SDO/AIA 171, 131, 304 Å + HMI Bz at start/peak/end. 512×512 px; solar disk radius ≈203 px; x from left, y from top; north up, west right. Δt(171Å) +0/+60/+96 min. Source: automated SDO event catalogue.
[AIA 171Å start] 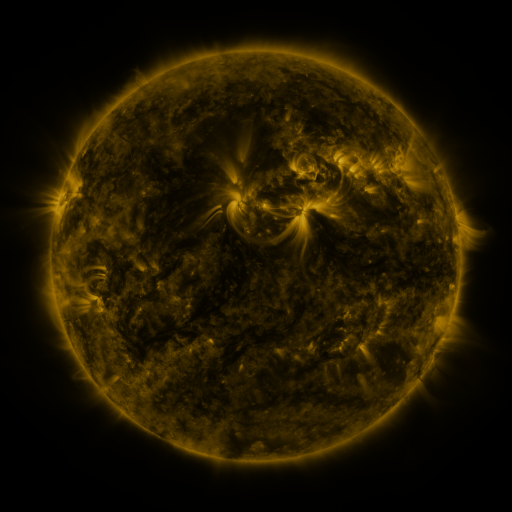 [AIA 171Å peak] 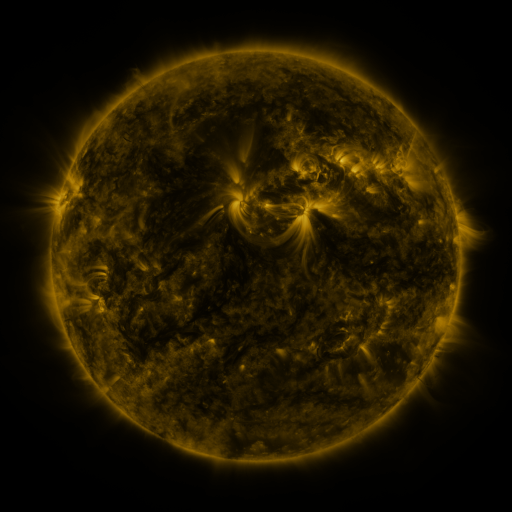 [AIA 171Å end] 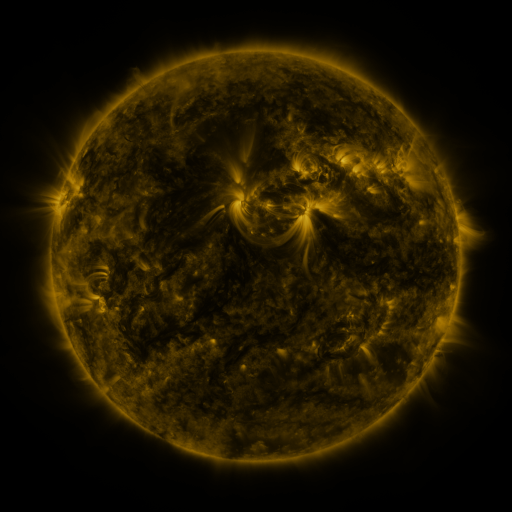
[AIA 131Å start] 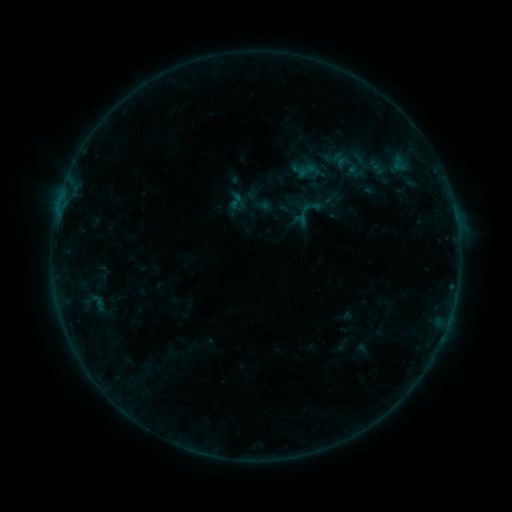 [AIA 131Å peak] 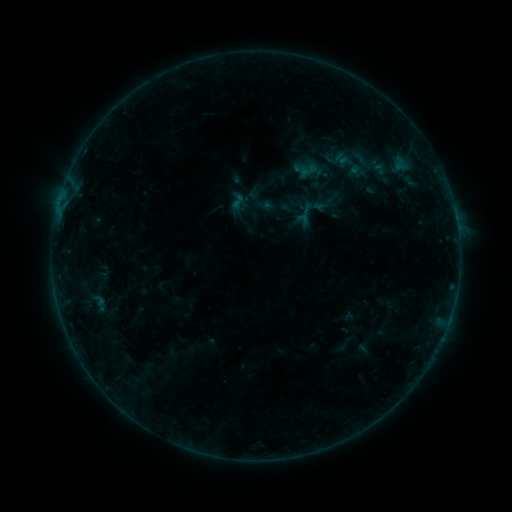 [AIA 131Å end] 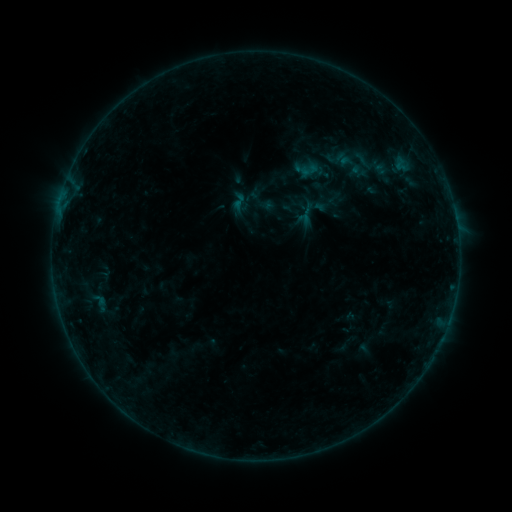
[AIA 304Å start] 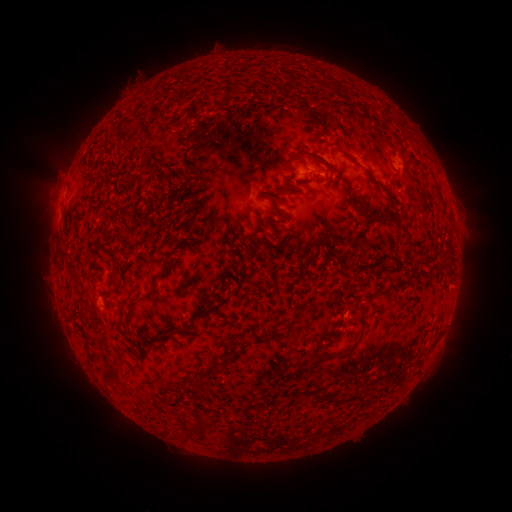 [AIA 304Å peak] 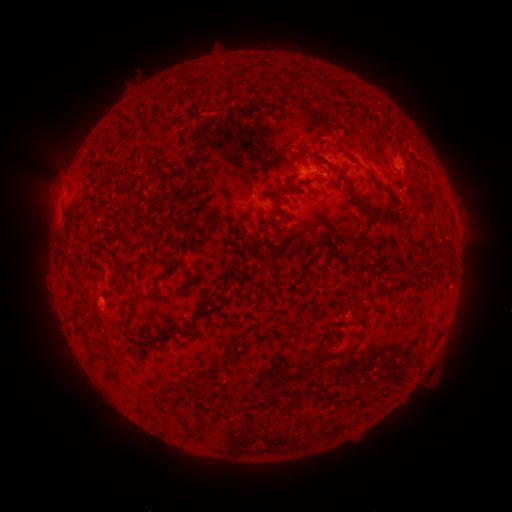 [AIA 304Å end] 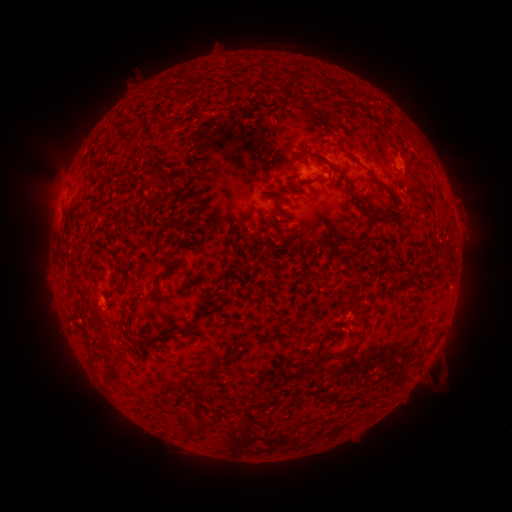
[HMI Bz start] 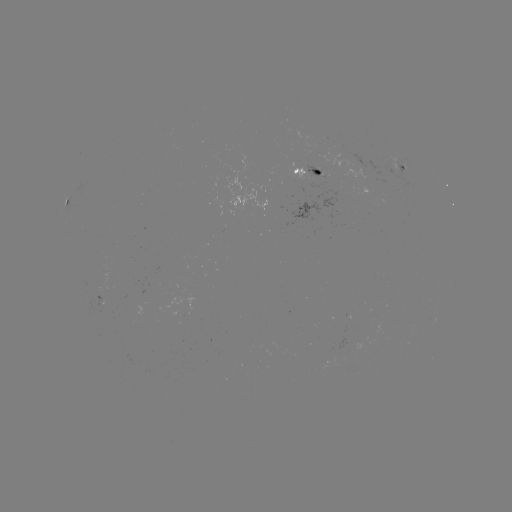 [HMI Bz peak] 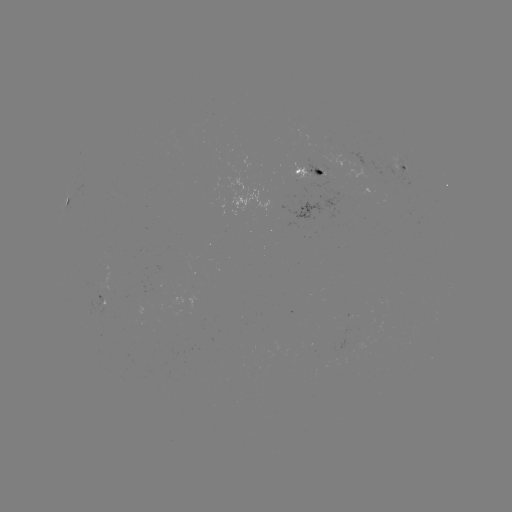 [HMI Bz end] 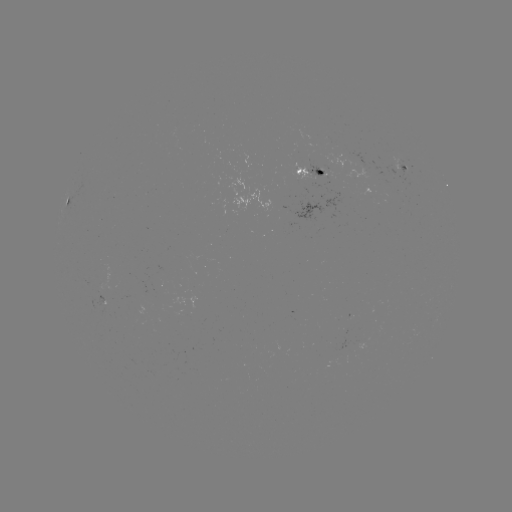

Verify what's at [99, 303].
emerging-flux region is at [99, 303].